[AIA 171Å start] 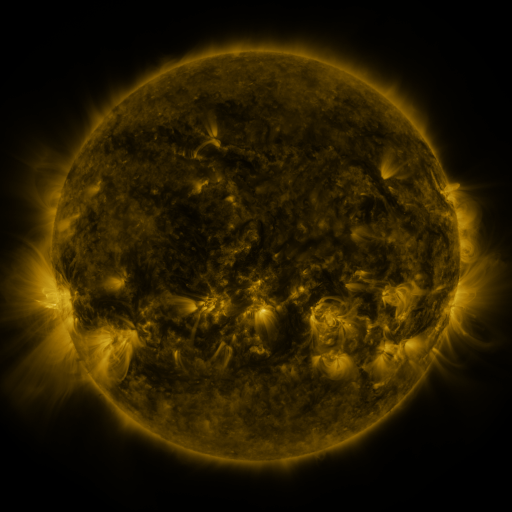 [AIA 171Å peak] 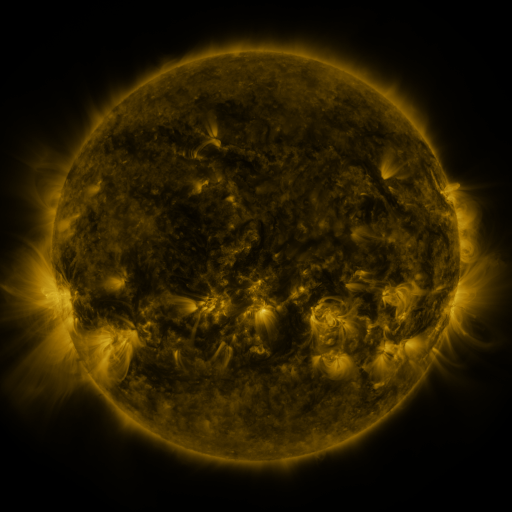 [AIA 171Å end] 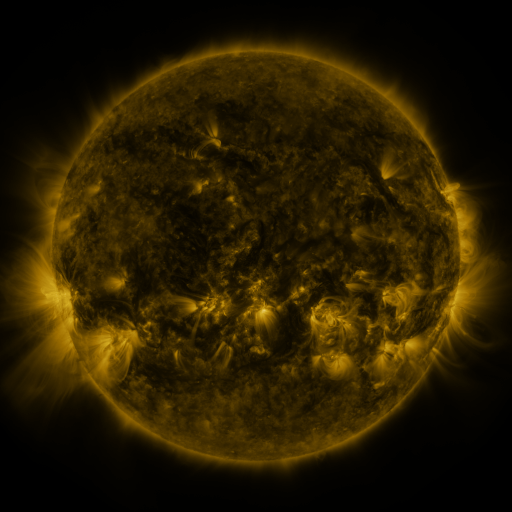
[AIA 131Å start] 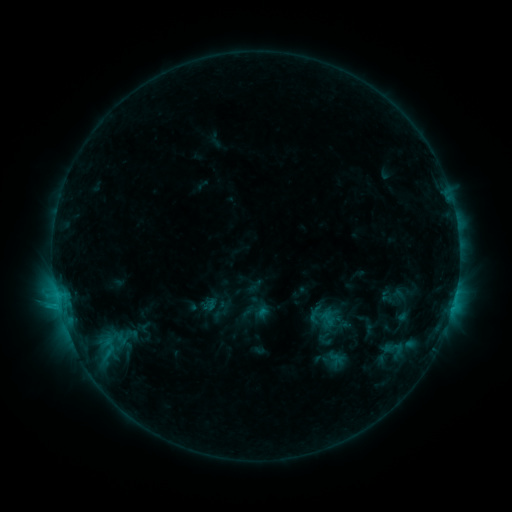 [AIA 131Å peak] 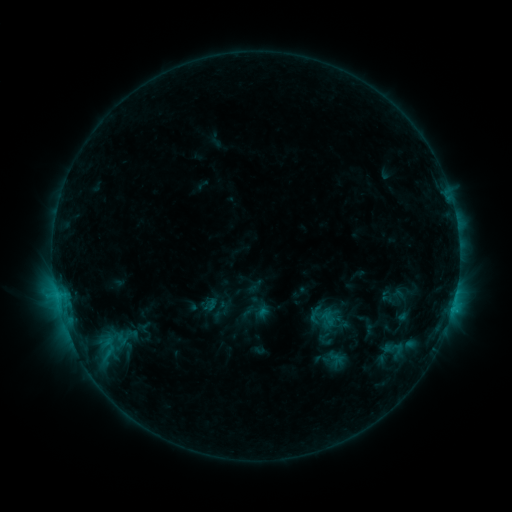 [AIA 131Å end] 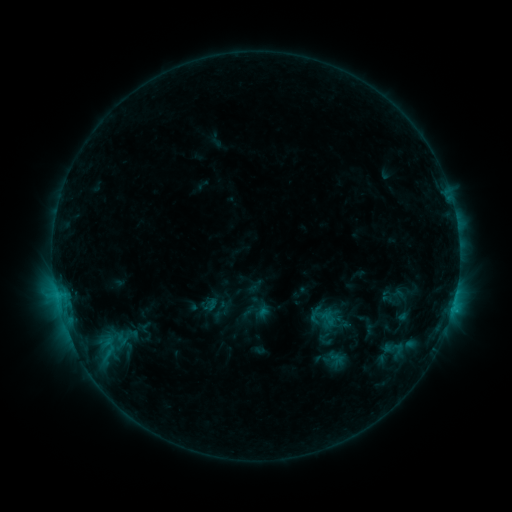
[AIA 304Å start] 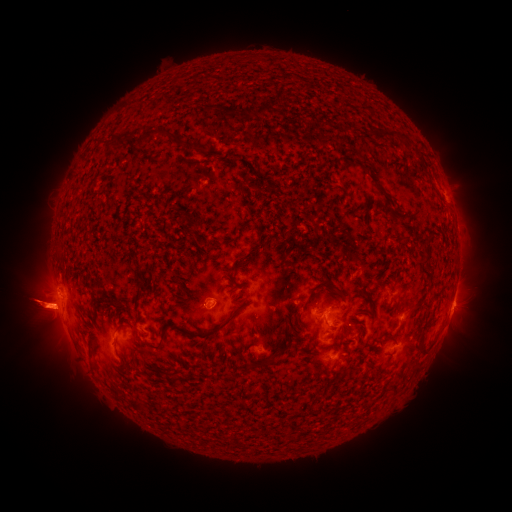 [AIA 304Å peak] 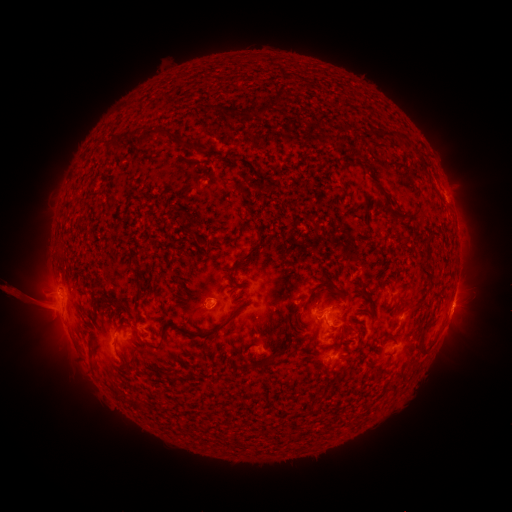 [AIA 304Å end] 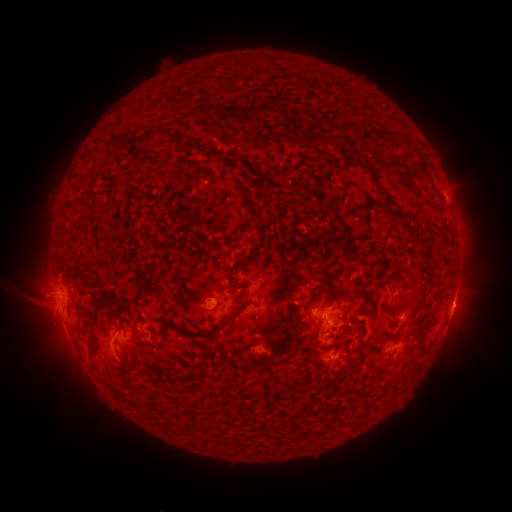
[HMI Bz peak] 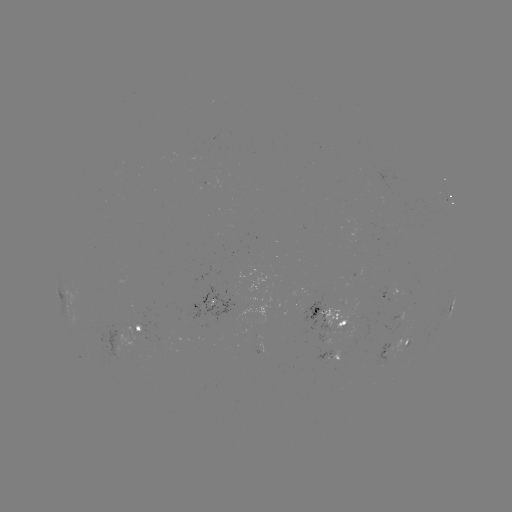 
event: eruption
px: (32, 302)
